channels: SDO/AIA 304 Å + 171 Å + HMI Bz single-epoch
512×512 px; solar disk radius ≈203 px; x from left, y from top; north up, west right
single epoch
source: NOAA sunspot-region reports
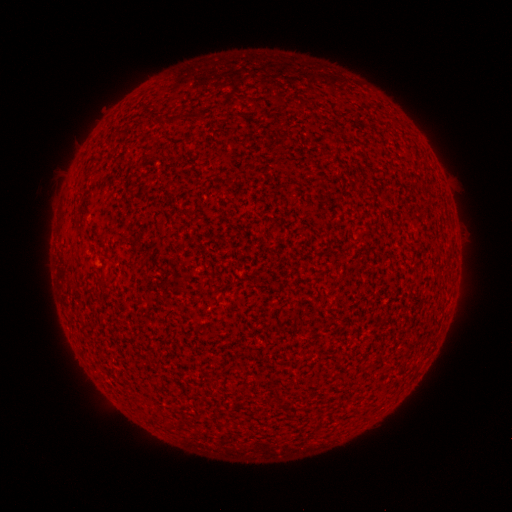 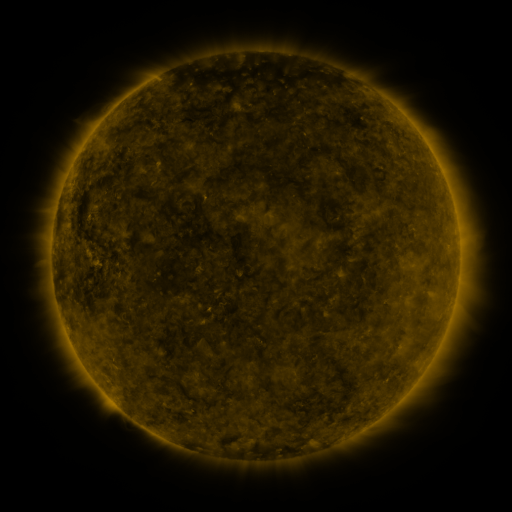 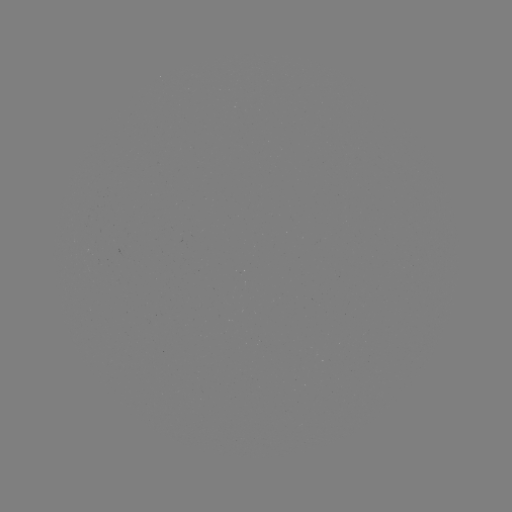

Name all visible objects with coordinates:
(none)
